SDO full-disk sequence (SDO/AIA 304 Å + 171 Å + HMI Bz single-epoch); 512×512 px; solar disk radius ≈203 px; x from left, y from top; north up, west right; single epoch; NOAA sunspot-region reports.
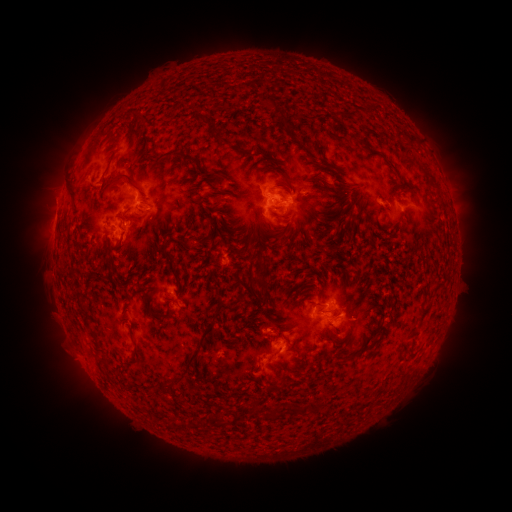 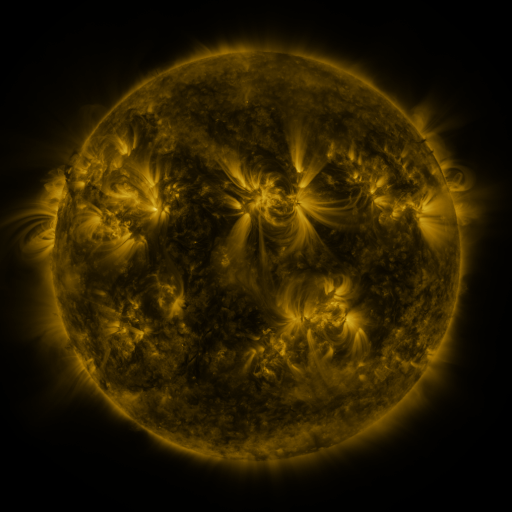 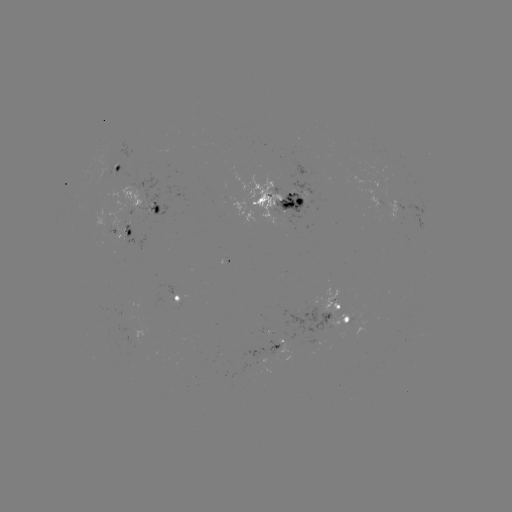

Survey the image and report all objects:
spotted active region: (120, 167)
spotted active region: (282, 201)
spotted active region: (147, 203)
spotted active region: (124, 226)
spotted active region: (180, 296)
spotted active region: (339, 316)
spotted active region: (279, 344)
